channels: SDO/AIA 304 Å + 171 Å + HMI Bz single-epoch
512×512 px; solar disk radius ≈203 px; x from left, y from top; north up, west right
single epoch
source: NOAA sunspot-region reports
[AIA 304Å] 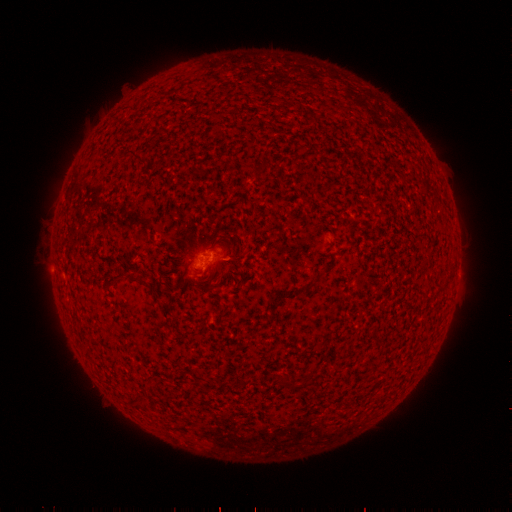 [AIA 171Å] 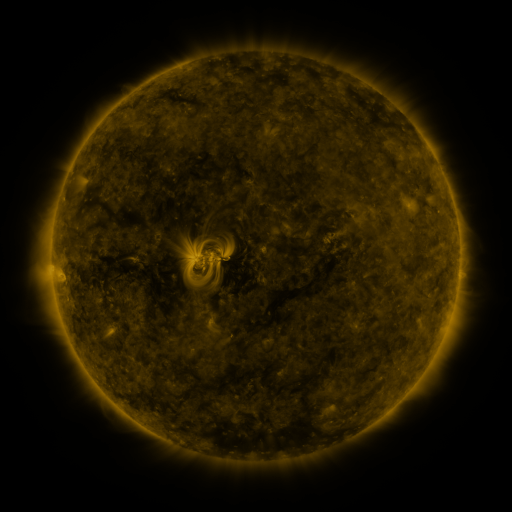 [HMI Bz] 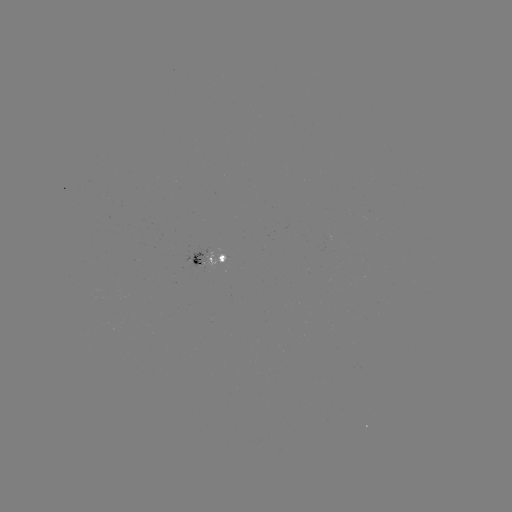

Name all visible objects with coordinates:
spotted active region: (210, 258)
